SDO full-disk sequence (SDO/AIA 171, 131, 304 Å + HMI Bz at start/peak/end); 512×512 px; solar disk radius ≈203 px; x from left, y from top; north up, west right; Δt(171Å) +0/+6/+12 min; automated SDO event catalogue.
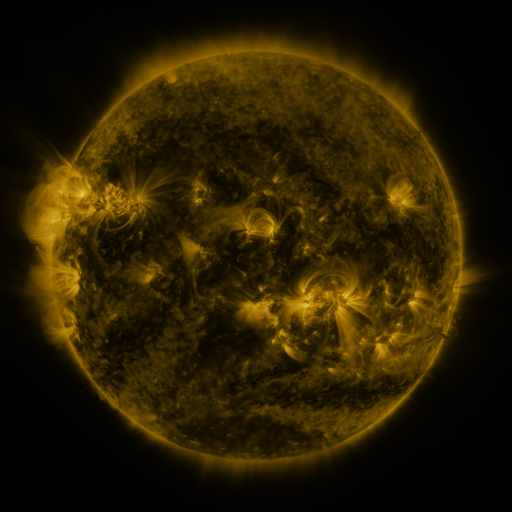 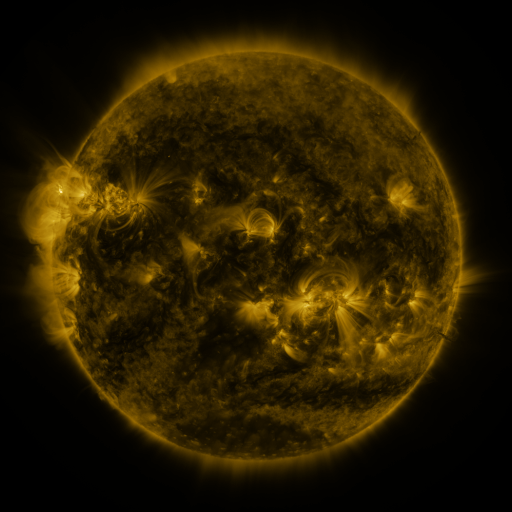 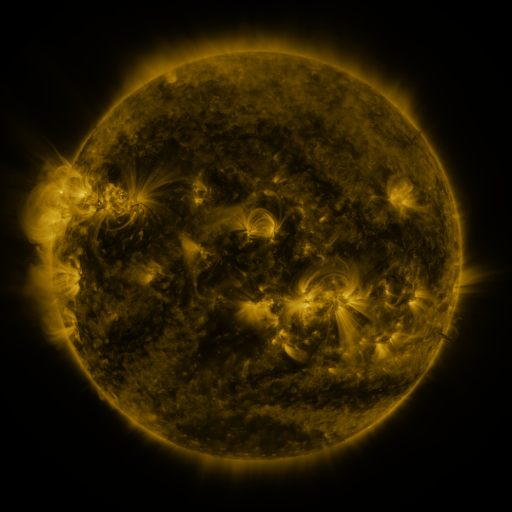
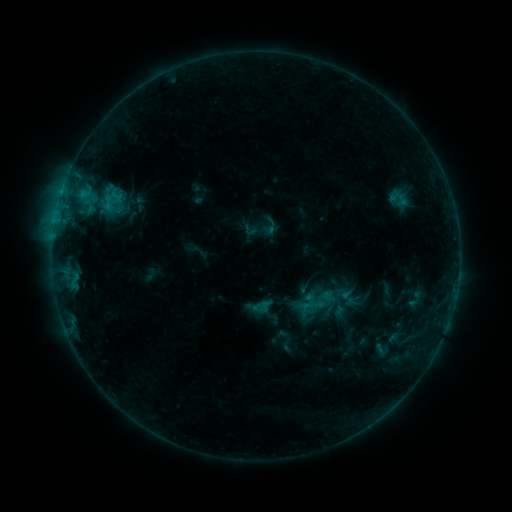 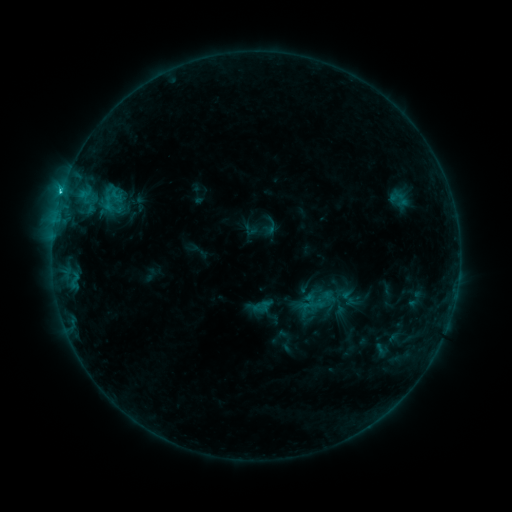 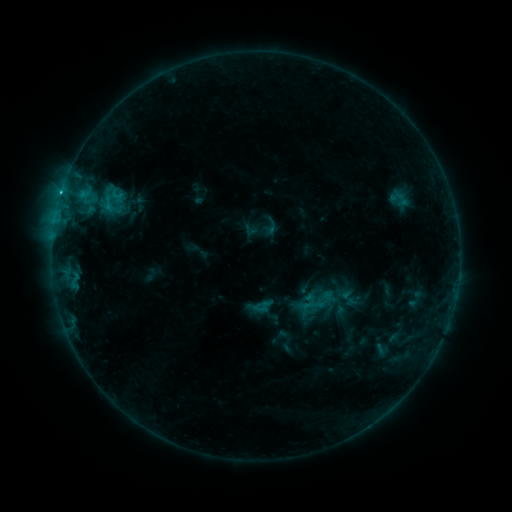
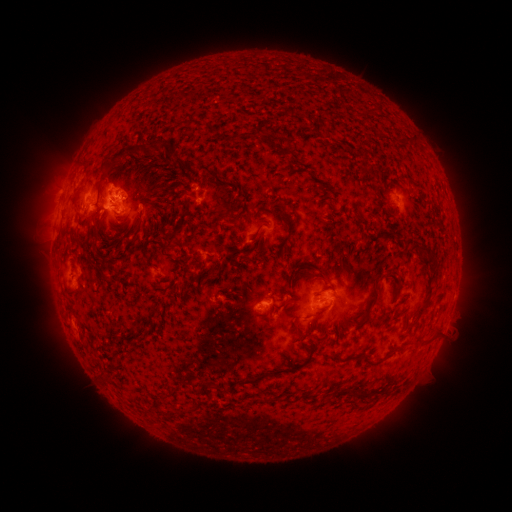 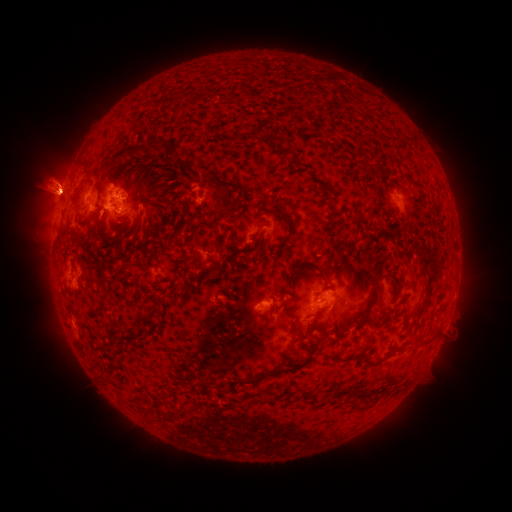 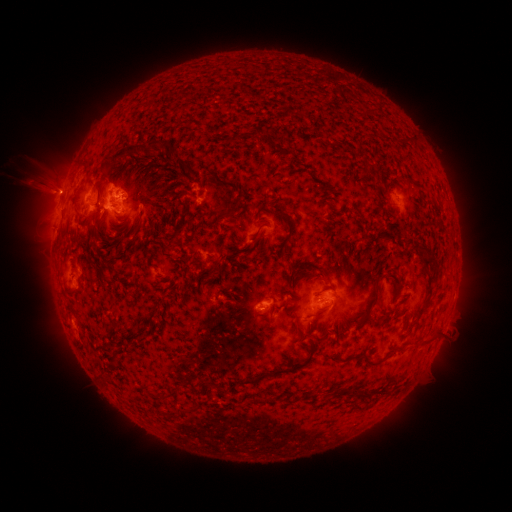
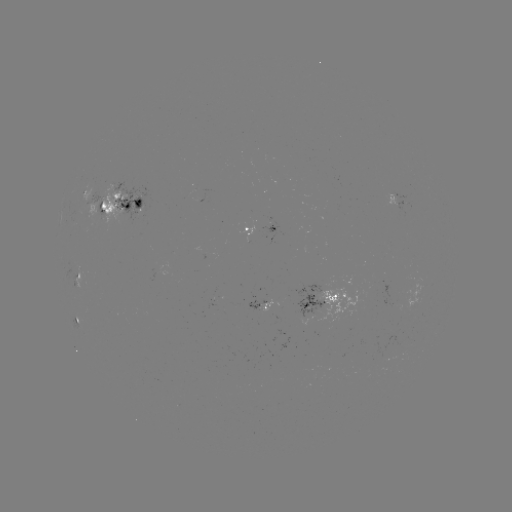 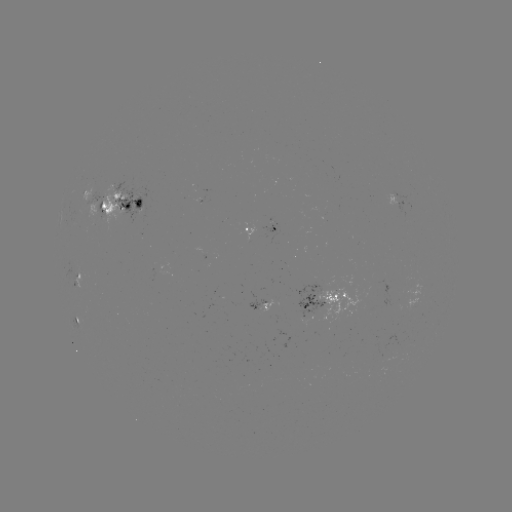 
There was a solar flare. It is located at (64, 197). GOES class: C1.5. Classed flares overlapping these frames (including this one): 1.